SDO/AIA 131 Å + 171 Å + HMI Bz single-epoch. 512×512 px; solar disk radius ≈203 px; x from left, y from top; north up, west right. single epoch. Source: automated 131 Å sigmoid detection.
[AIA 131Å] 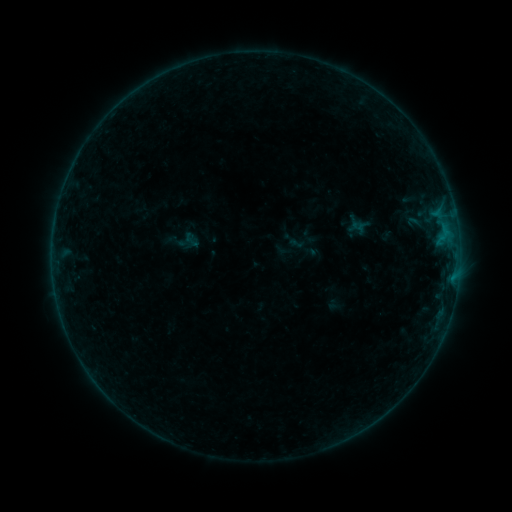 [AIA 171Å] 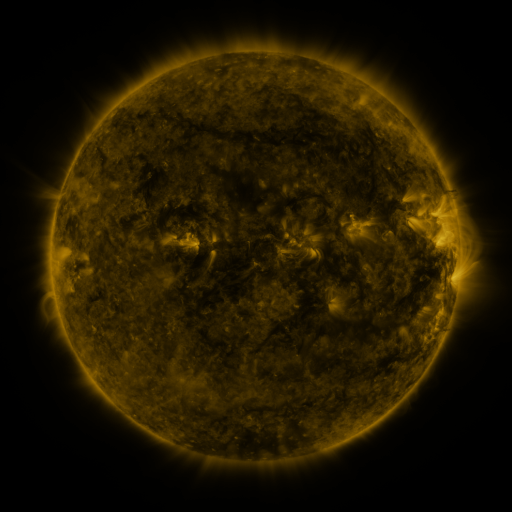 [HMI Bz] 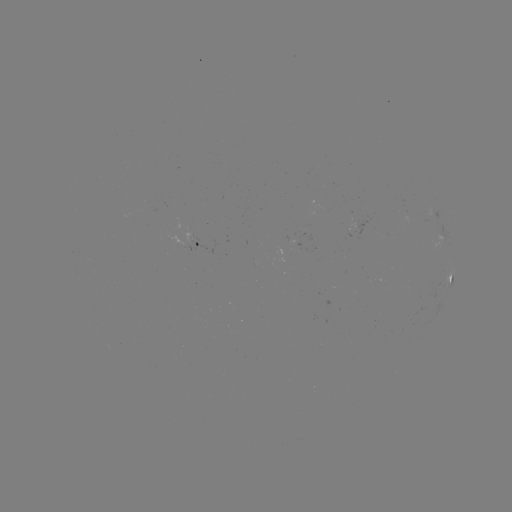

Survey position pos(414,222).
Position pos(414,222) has sigmoid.